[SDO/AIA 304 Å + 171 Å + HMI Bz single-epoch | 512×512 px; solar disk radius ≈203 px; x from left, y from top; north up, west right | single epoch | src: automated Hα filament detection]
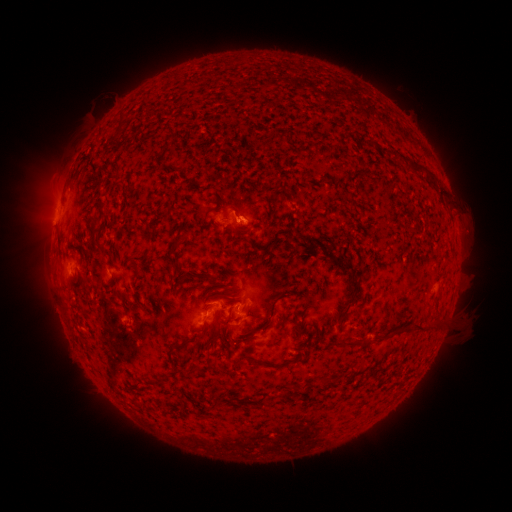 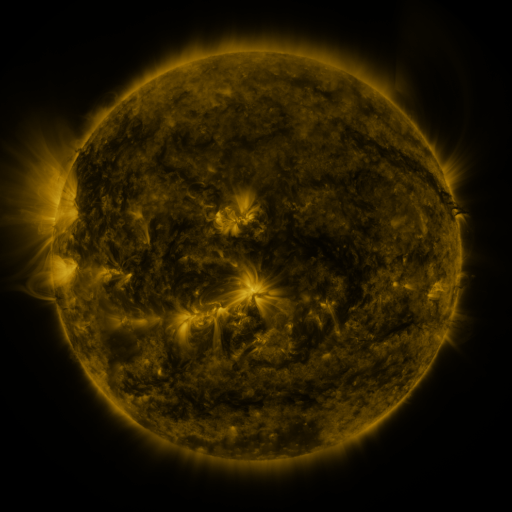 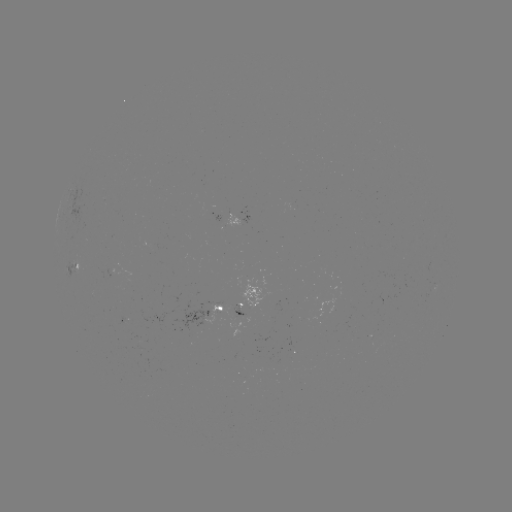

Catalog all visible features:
filament: (399, 155)
filament: (428, 174)
filament: (104, 206)
filament: (295, 208)
filament: (207, 213)
filament: (268, 235)
filament: (177, 244)
filament: (98, 248)
filament: (138, 260)
filament: (208, 275)
filament: (353, 276)
filament: (184, 279)
filament: (137, 300)
filament: (266, 323)
filament: (425, 326)
filament: (298, 328)
filament: (204, 330)
filament: (225, 335)
filament: (238, 341)
filament: (355, 341)
filament: (184, 345)
filament: (271, 365)
